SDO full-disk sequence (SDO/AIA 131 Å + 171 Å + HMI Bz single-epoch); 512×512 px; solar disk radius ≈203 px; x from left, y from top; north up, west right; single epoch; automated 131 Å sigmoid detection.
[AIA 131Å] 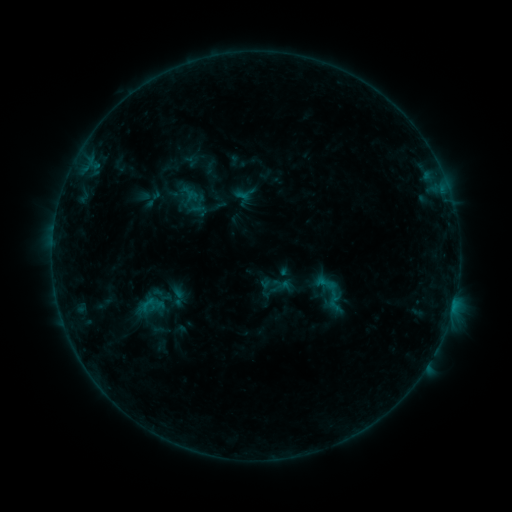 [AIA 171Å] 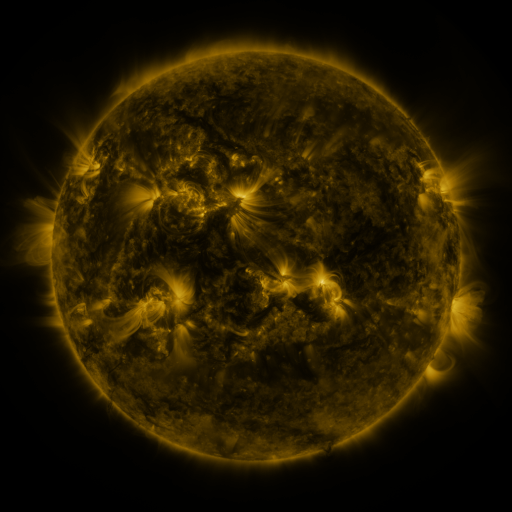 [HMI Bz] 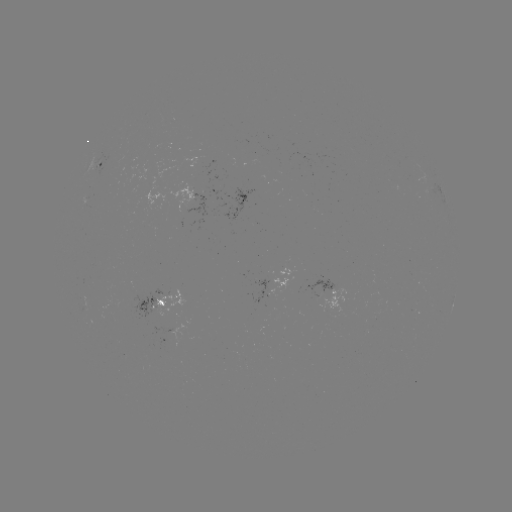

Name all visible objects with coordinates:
sigmoid: [314, 271, 336, 295]
